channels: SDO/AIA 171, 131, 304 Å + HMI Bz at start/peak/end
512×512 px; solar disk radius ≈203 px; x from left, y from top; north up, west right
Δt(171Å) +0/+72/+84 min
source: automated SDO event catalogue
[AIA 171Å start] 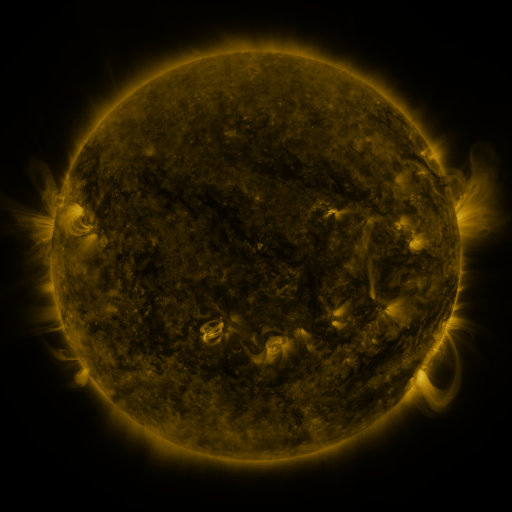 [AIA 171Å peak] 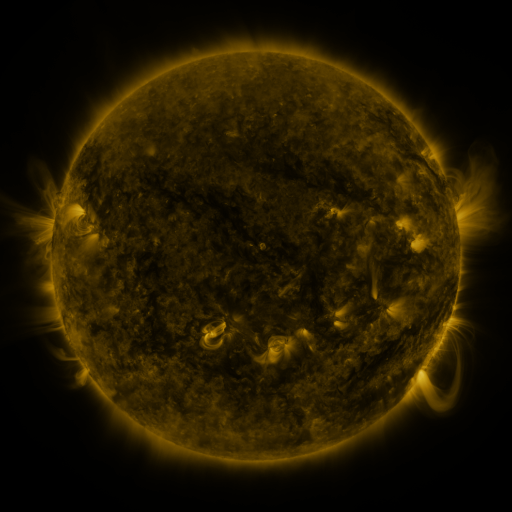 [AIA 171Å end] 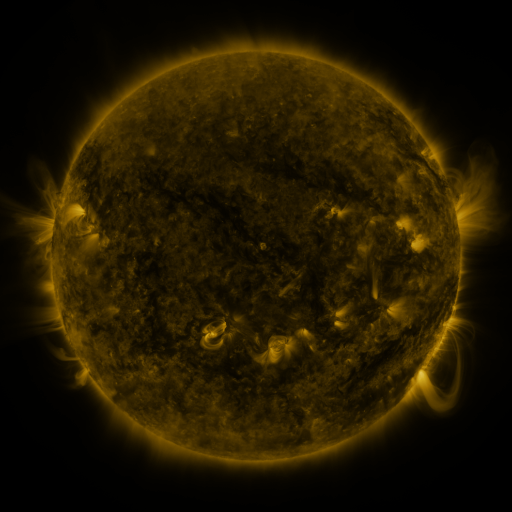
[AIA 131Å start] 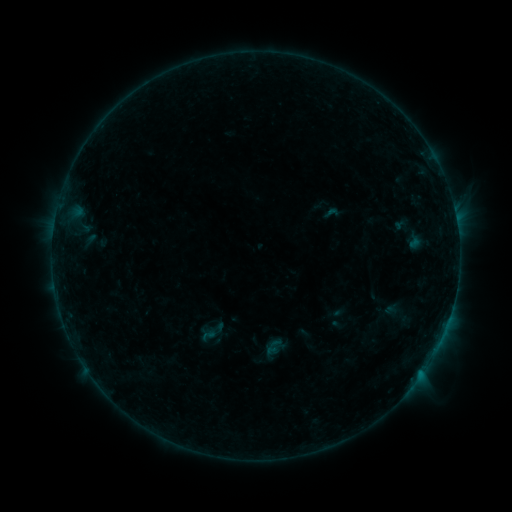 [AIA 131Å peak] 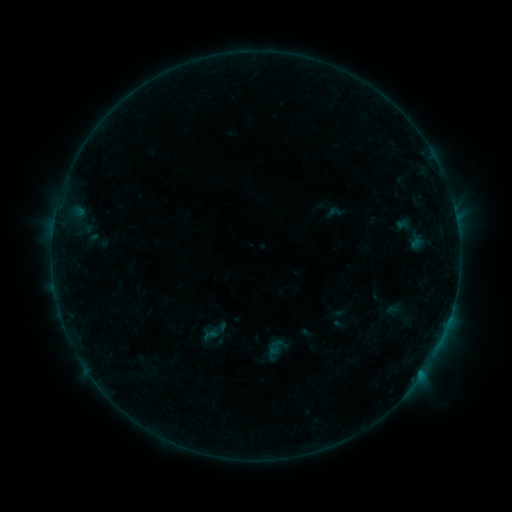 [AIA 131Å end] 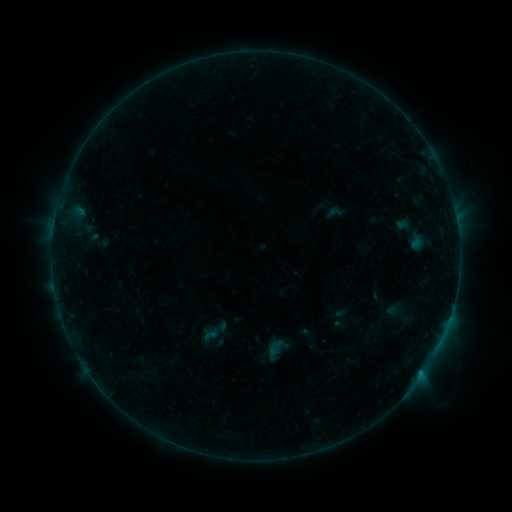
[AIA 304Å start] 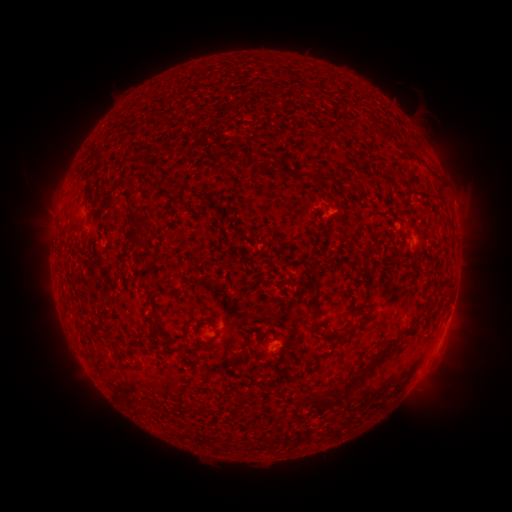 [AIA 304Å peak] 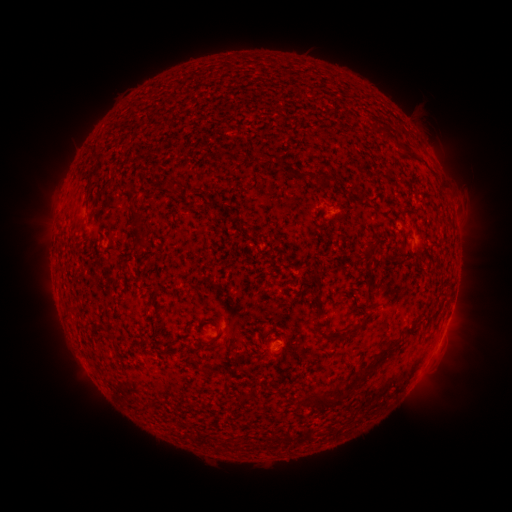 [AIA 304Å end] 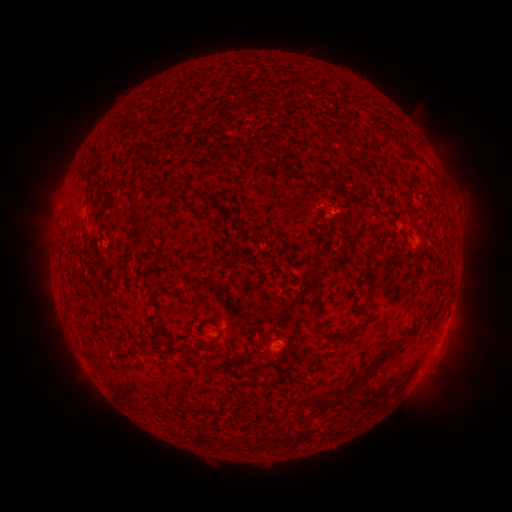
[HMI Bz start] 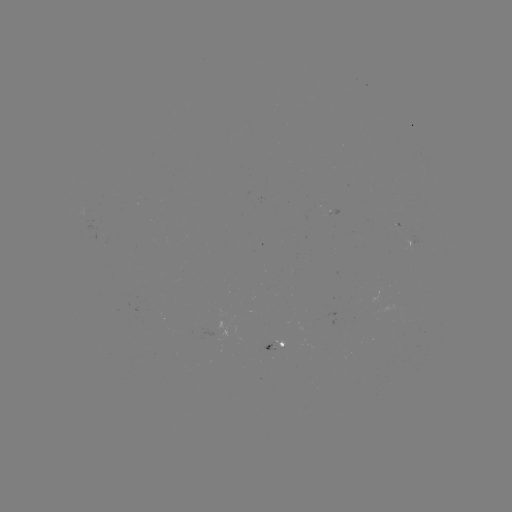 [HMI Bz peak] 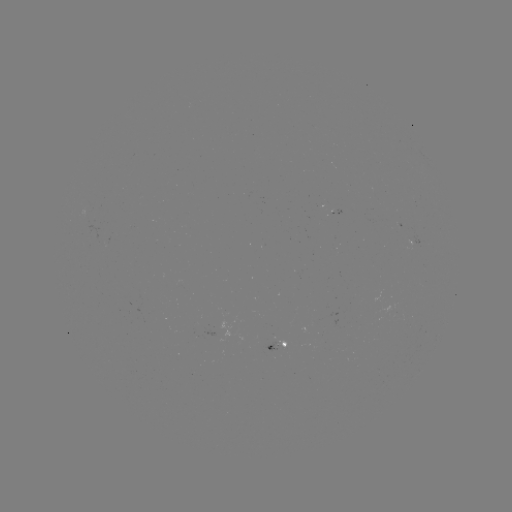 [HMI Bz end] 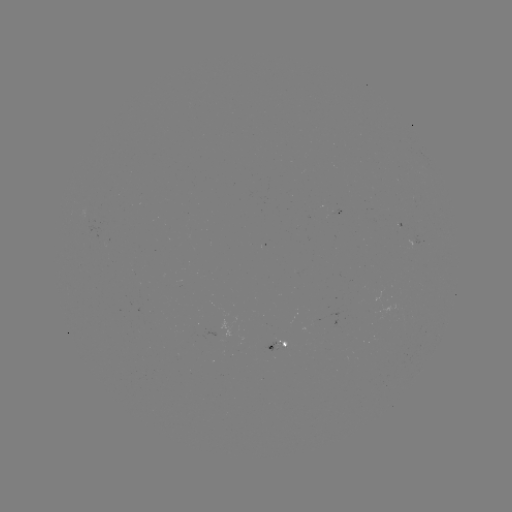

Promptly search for emerging-flux region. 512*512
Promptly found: (86, 216).